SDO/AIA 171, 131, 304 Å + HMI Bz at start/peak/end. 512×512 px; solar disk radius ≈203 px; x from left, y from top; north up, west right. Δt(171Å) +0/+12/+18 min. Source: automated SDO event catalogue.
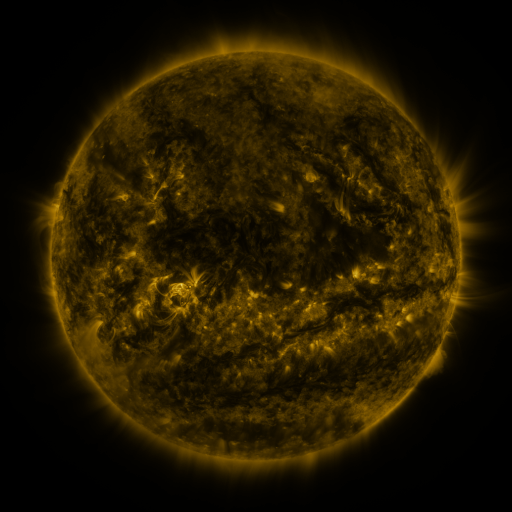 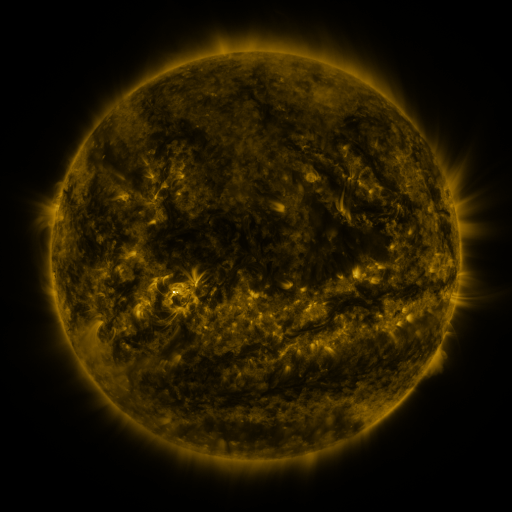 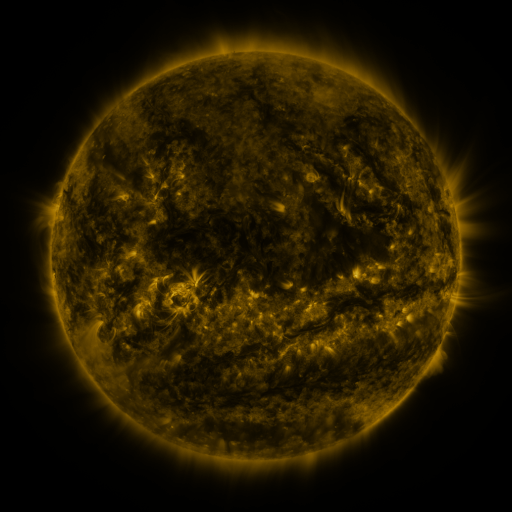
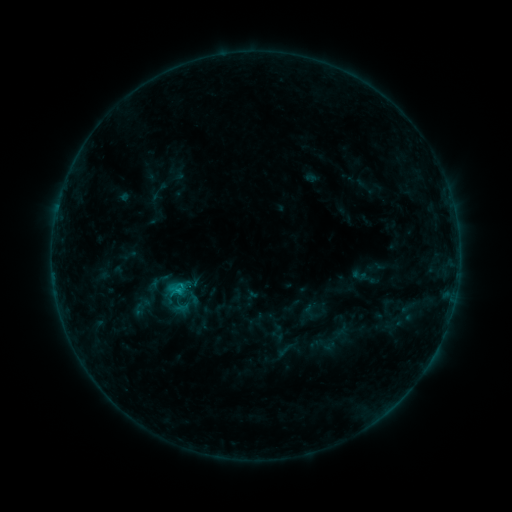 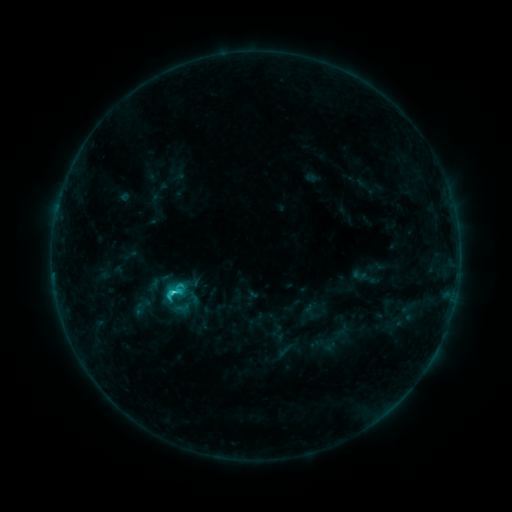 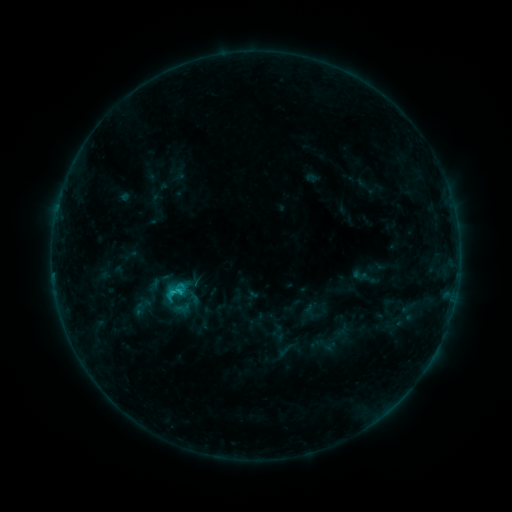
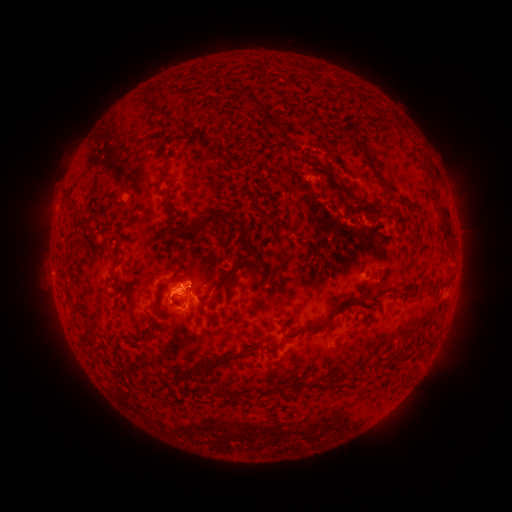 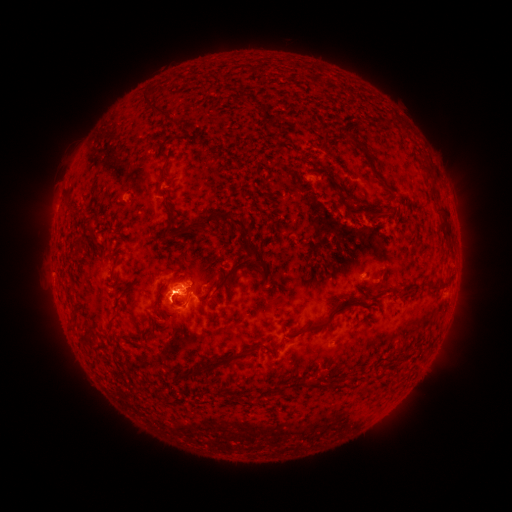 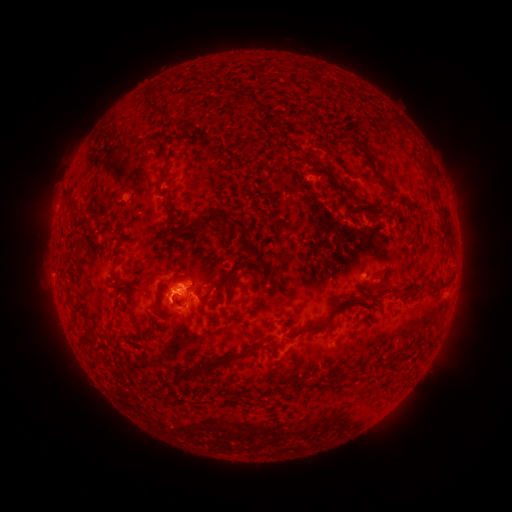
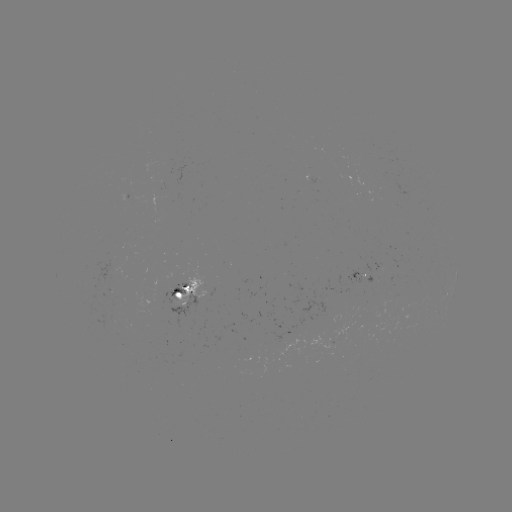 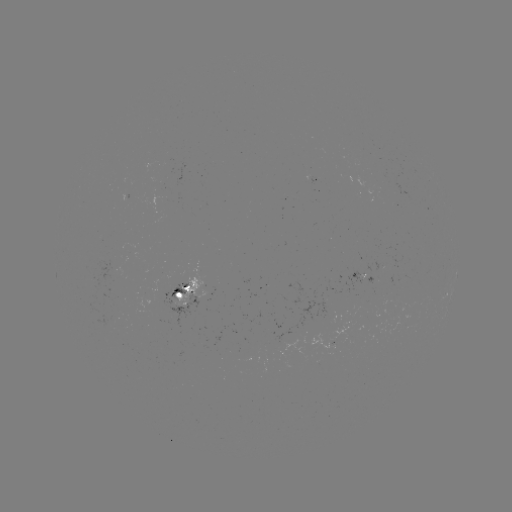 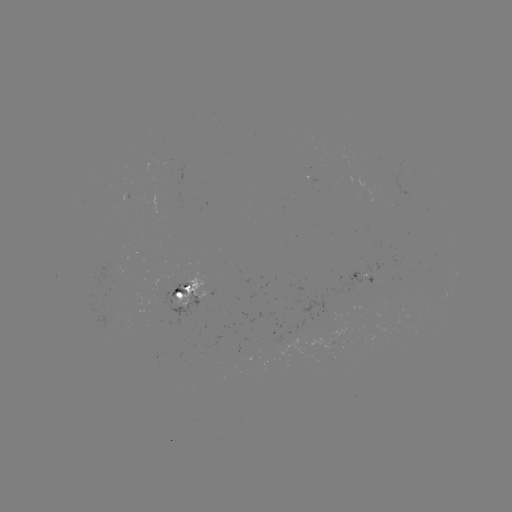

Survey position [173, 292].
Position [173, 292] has C2.3 flare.